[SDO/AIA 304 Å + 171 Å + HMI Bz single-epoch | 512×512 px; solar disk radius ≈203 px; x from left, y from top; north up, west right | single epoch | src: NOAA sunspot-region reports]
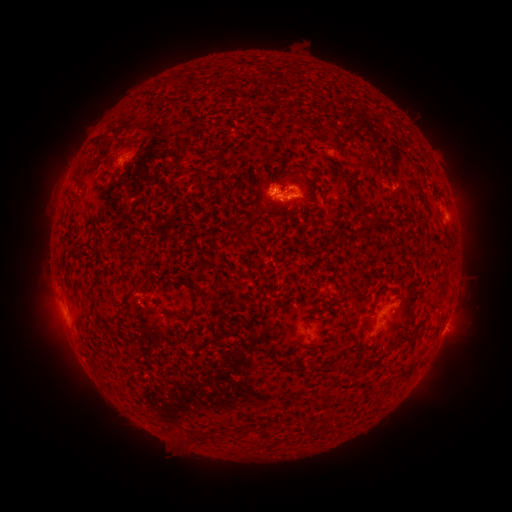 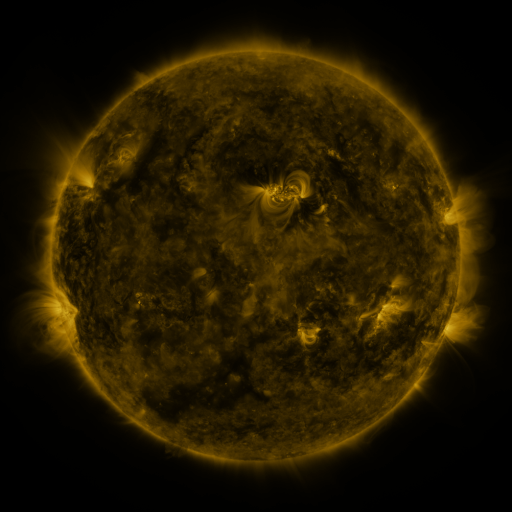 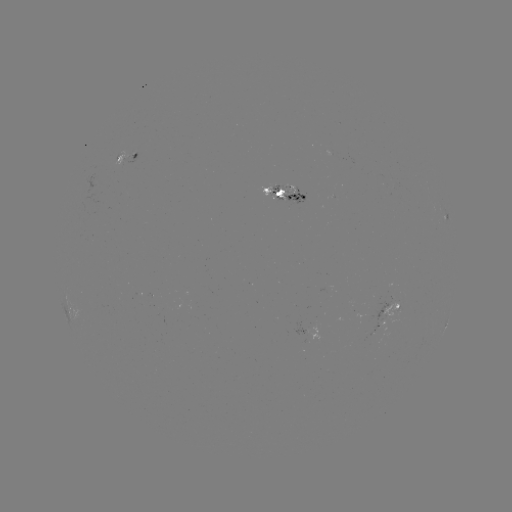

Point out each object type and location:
spotted active region: (127, 158)
spotted active region: (273, 192)
spotted active region: (444, 214)
spotted active region: (389, 309)
spotted active region: (446, 324)
spotted active region: (315, 329)
